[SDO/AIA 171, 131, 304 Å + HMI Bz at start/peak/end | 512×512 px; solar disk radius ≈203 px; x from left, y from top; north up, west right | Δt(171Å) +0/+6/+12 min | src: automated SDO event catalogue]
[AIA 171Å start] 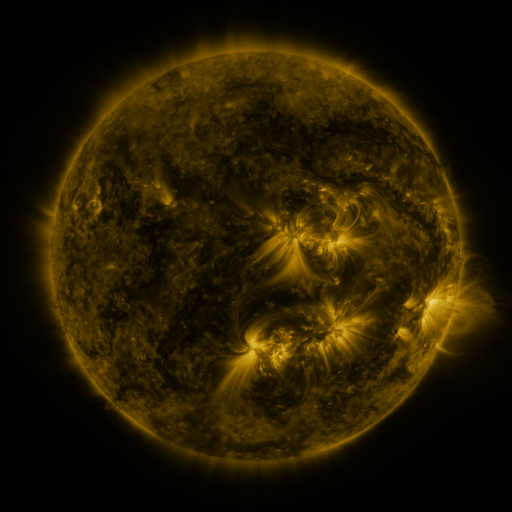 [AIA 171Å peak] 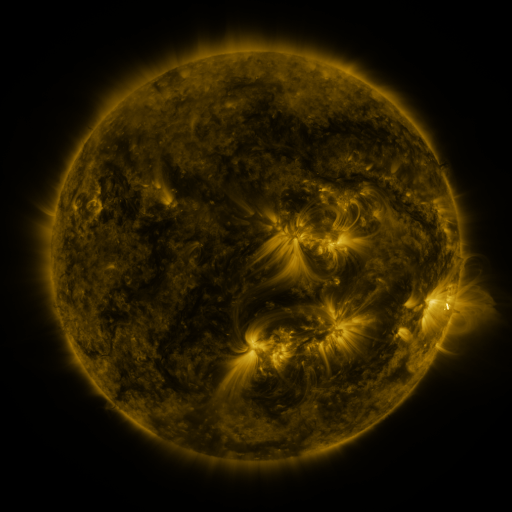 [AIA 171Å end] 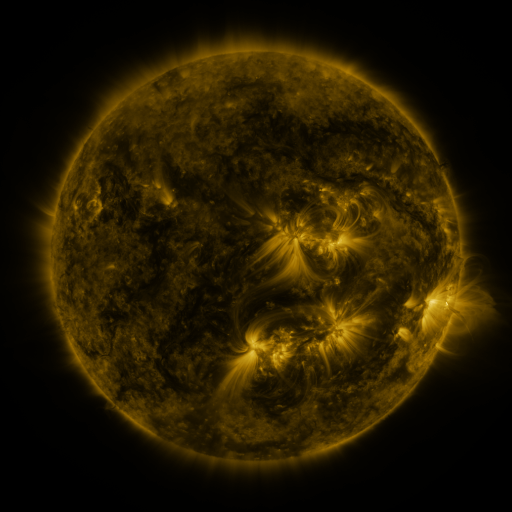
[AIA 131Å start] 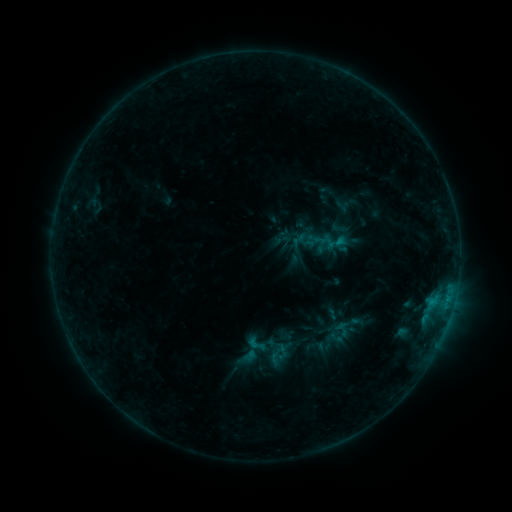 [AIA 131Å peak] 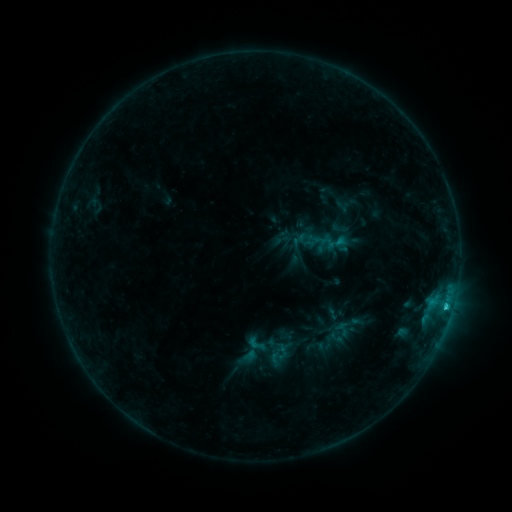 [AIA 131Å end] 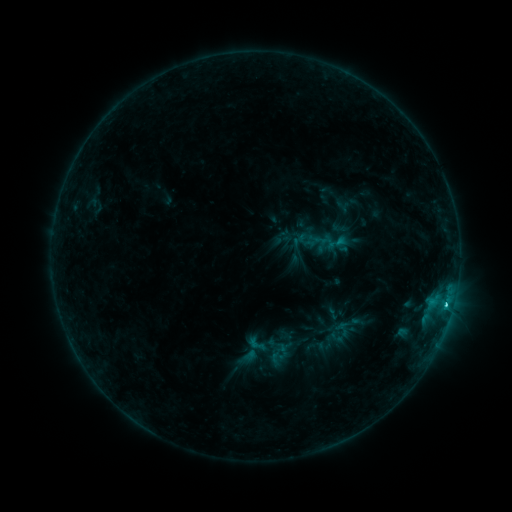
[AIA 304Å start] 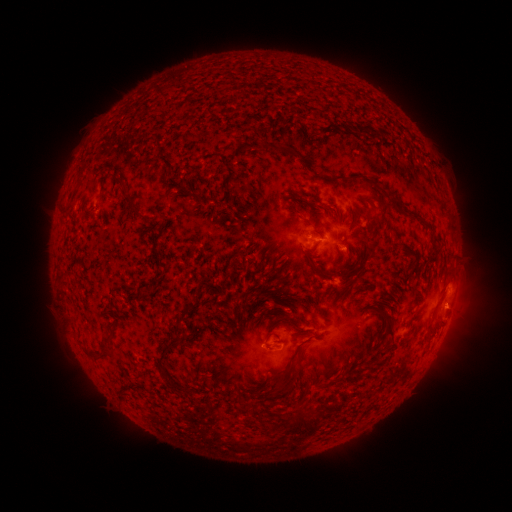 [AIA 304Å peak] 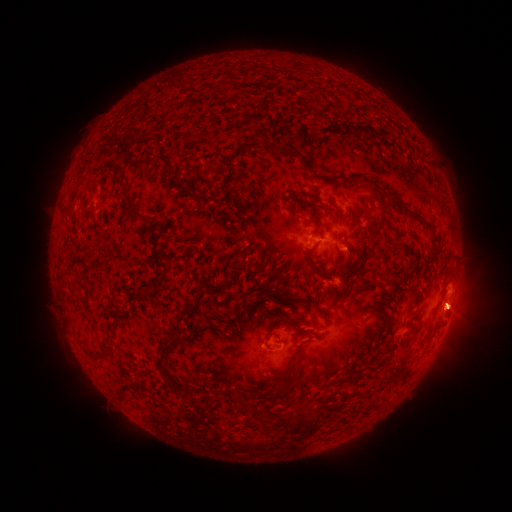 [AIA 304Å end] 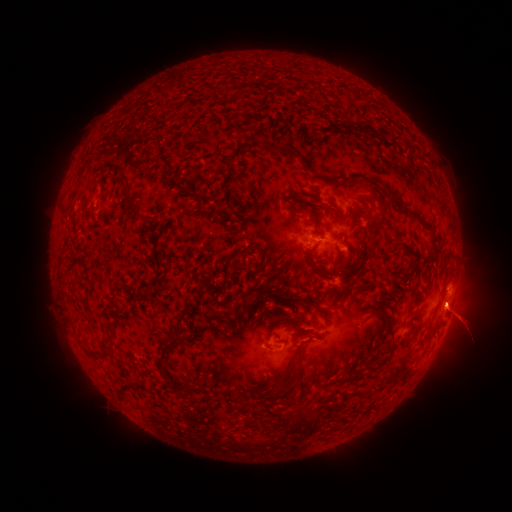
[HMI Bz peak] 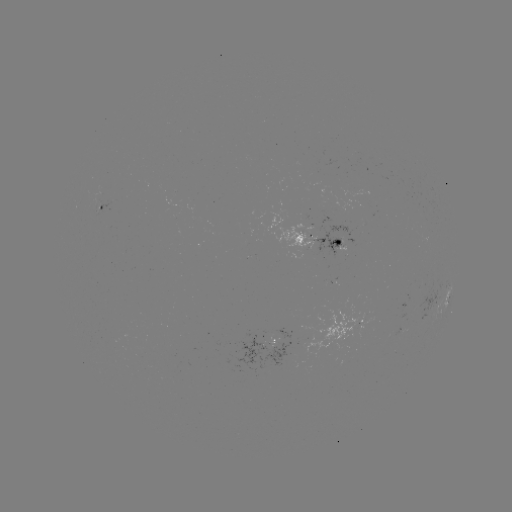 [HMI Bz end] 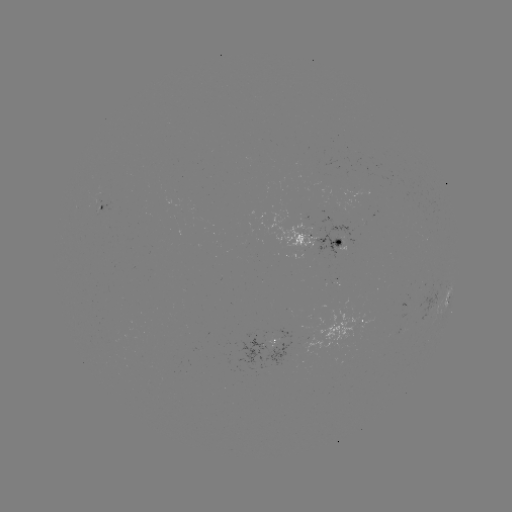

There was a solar eruption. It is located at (453, 308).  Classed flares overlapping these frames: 1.